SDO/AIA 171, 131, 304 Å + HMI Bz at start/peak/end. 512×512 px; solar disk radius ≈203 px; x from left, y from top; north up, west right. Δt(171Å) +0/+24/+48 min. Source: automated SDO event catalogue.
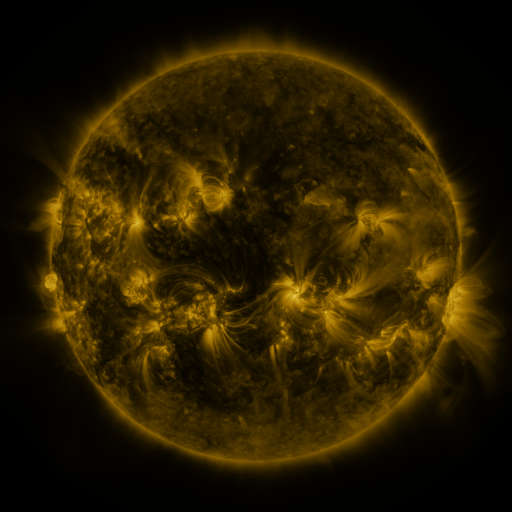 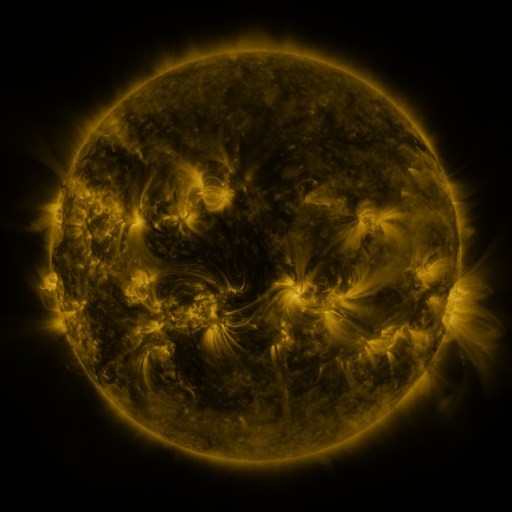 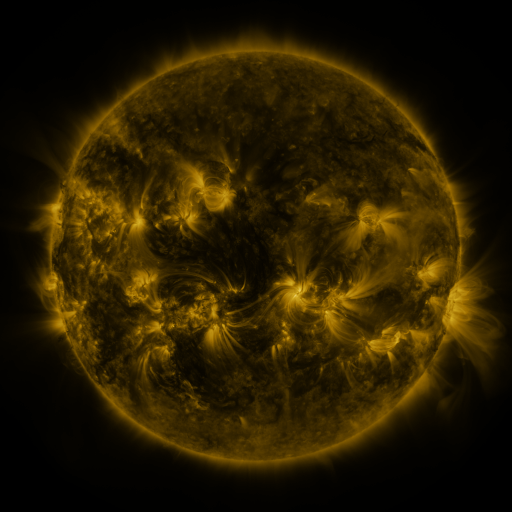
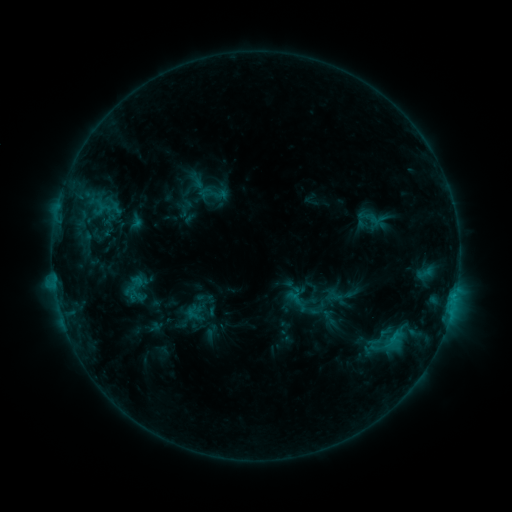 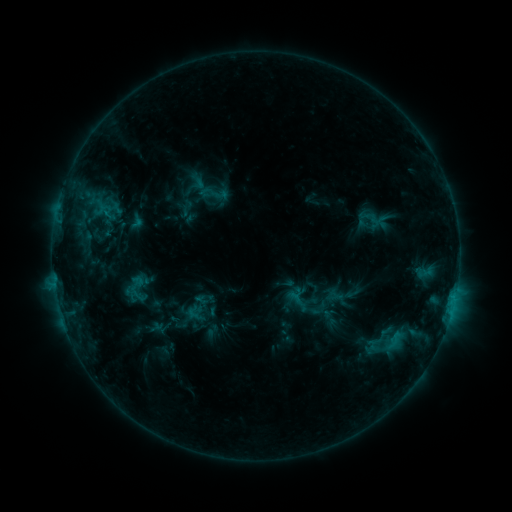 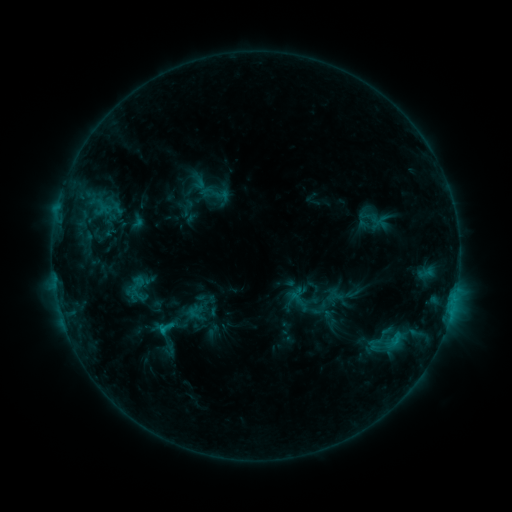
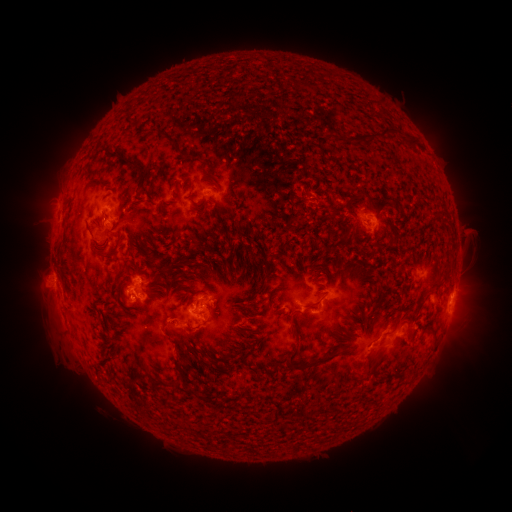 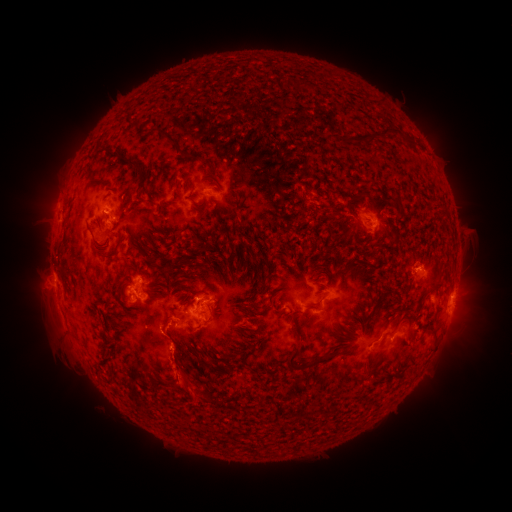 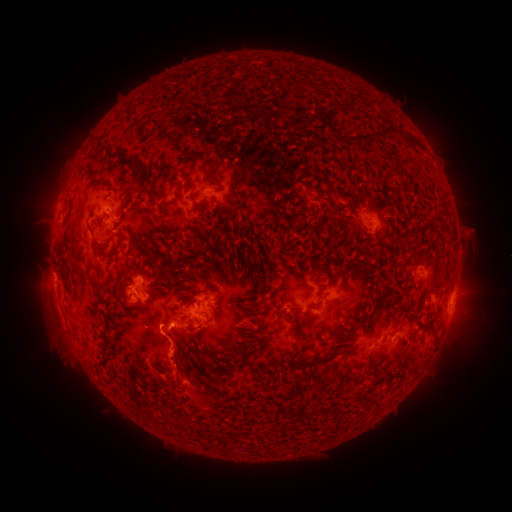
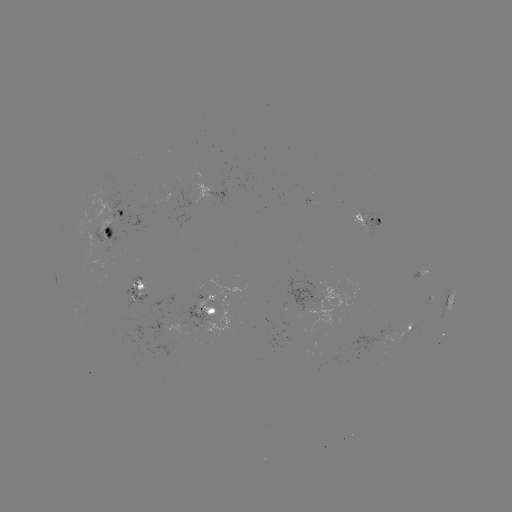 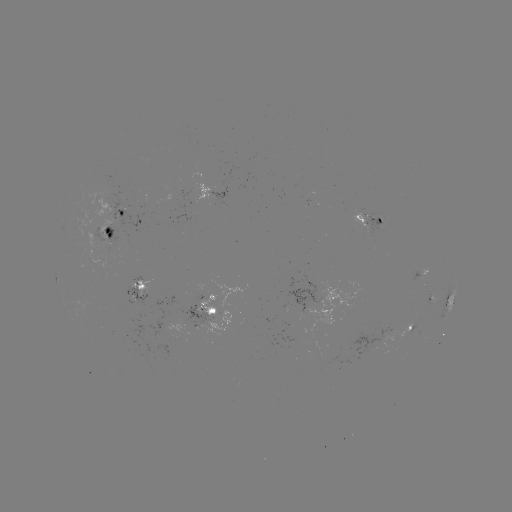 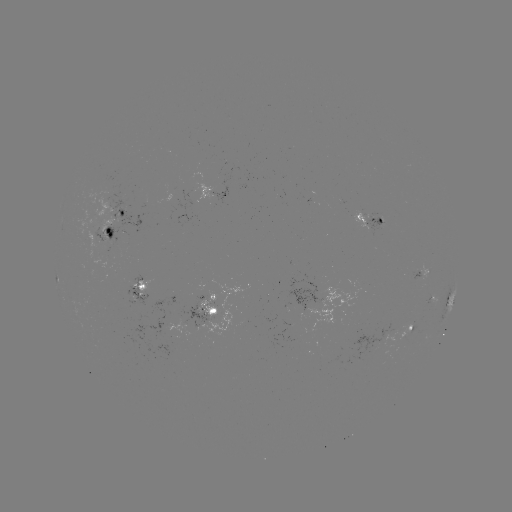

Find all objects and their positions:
eruption: (181, 373)
